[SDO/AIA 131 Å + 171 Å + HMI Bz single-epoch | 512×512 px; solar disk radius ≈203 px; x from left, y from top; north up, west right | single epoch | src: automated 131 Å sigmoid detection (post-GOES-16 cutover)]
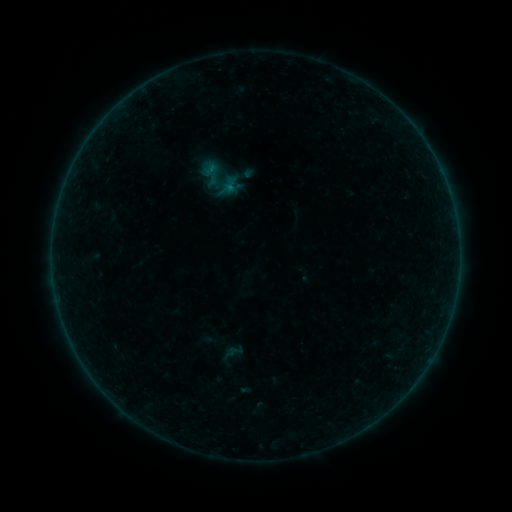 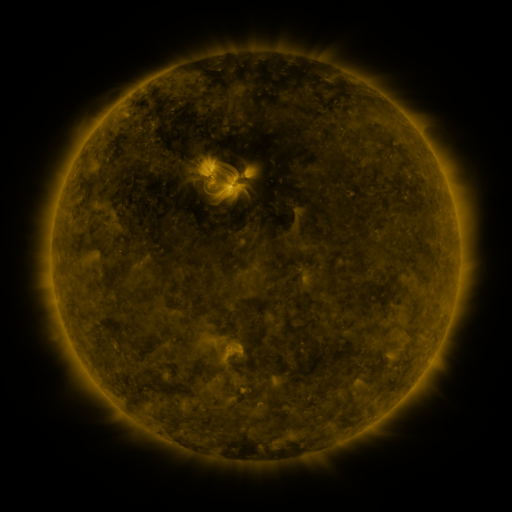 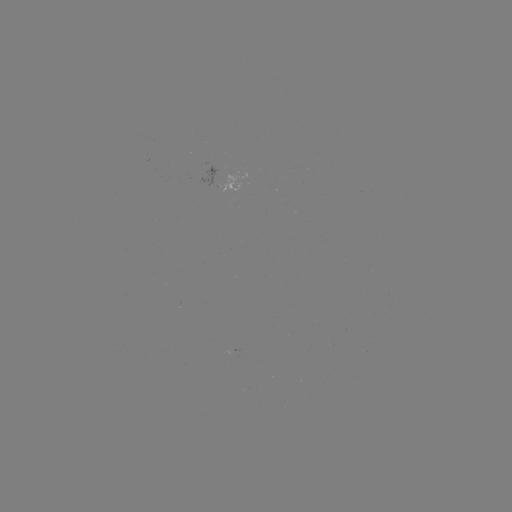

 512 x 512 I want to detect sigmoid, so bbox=[198, 158, 226, 188].